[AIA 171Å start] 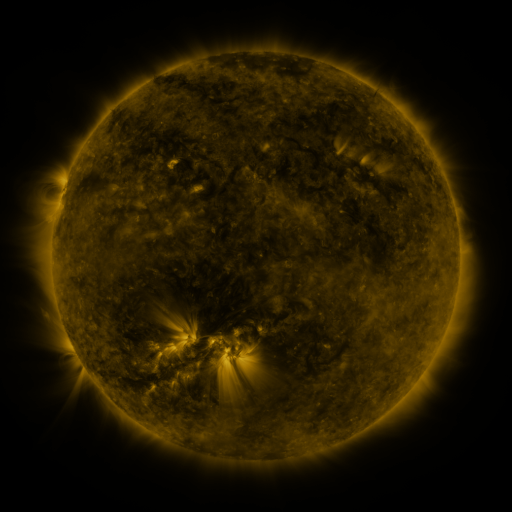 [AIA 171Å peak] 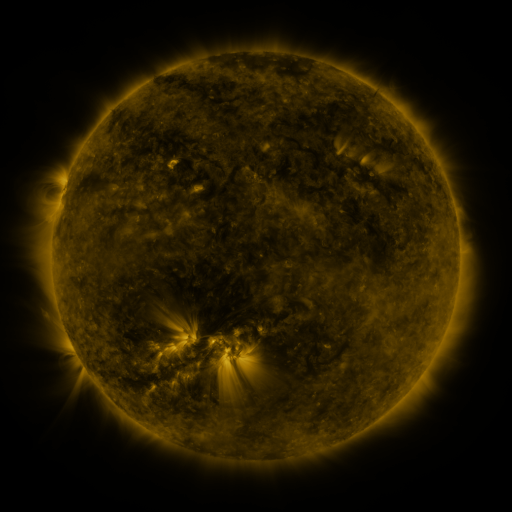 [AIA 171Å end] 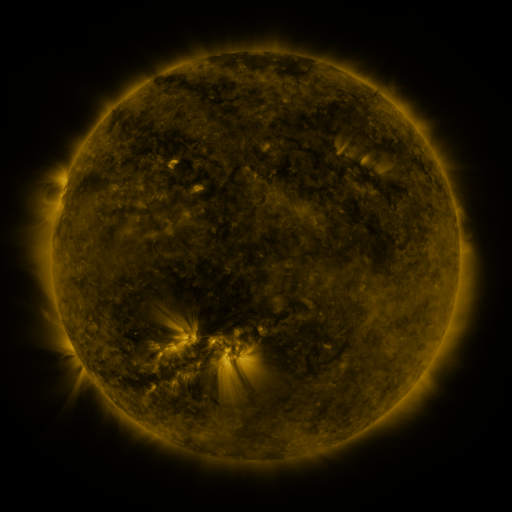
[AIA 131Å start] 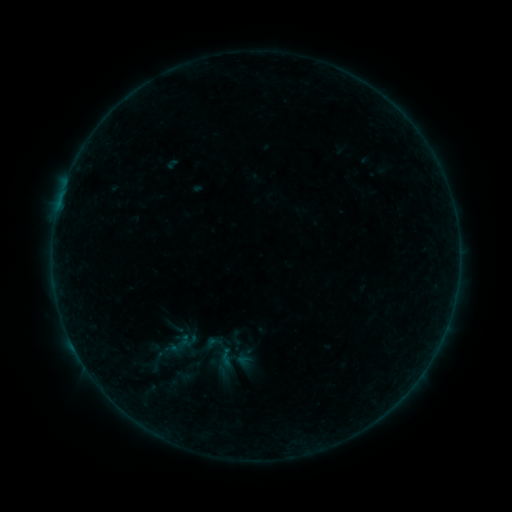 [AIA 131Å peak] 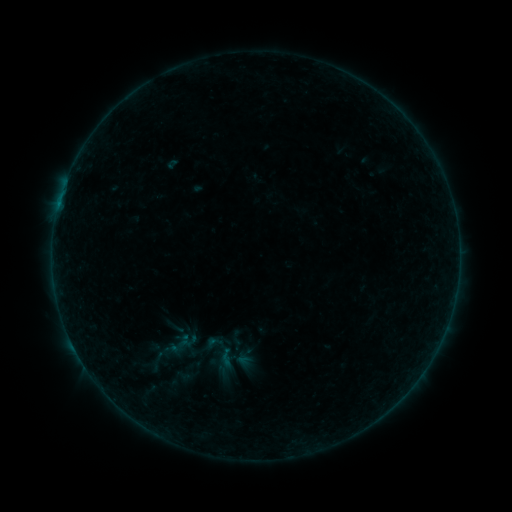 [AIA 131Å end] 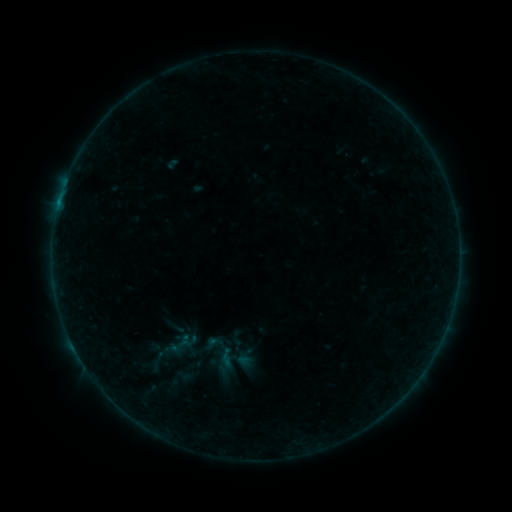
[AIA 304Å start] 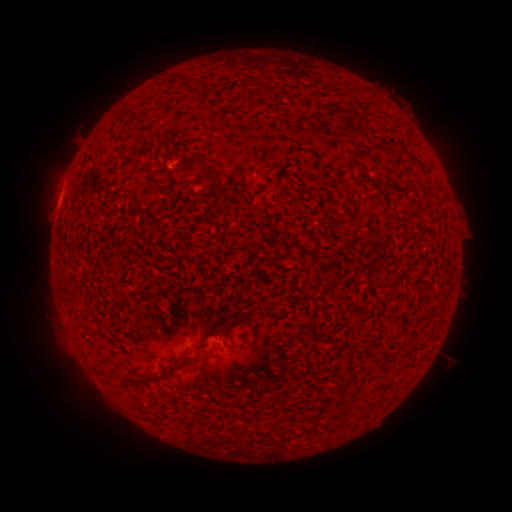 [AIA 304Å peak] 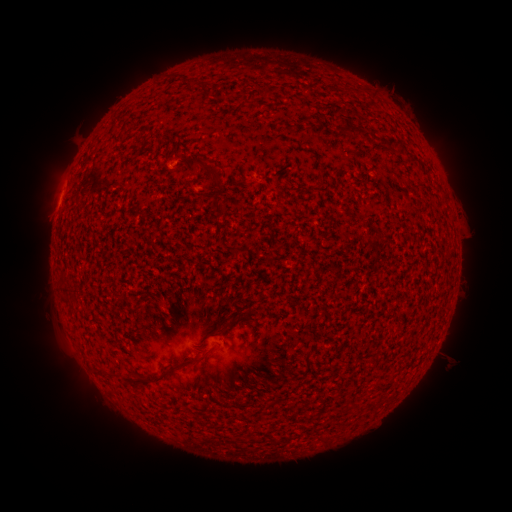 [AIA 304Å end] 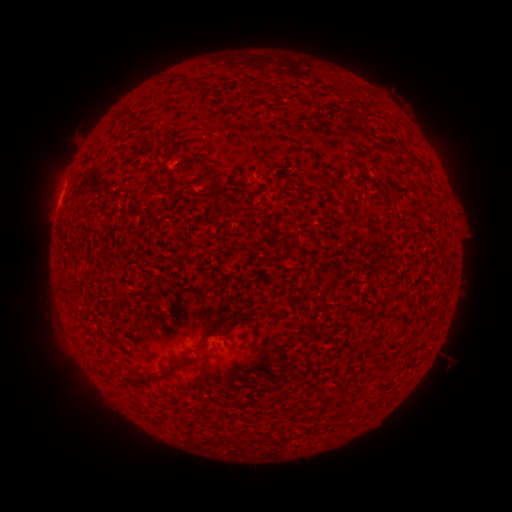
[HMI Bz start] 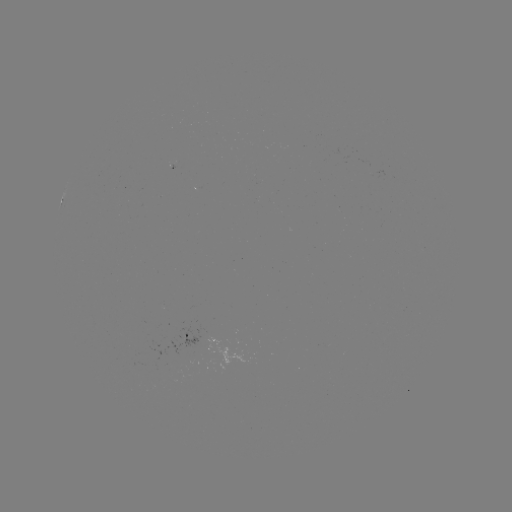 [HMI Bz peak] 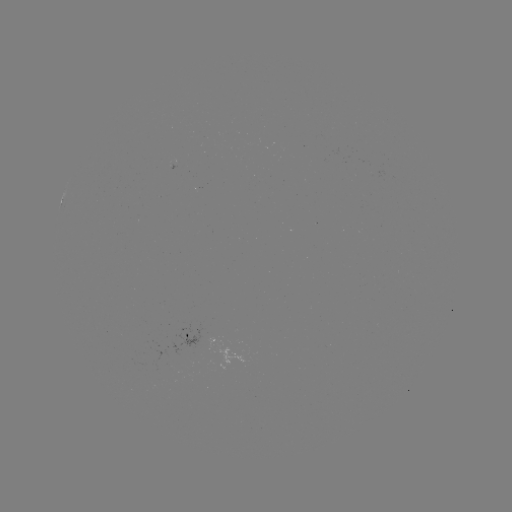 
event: flare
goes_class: B2.0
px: (62, 194)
